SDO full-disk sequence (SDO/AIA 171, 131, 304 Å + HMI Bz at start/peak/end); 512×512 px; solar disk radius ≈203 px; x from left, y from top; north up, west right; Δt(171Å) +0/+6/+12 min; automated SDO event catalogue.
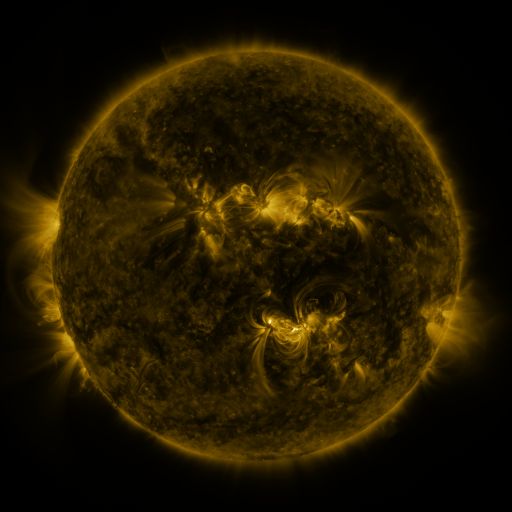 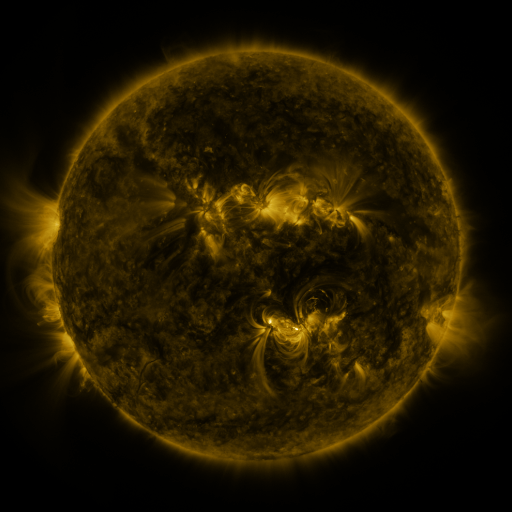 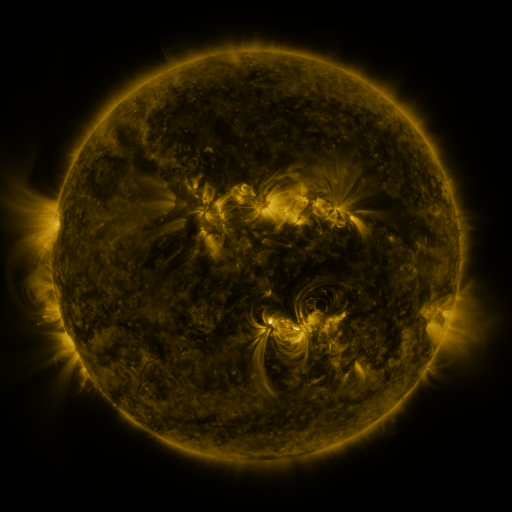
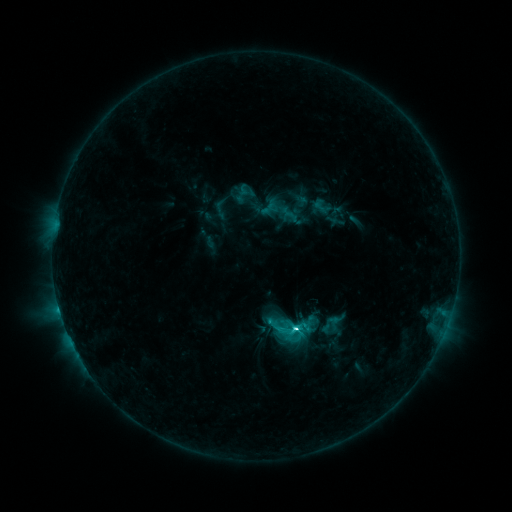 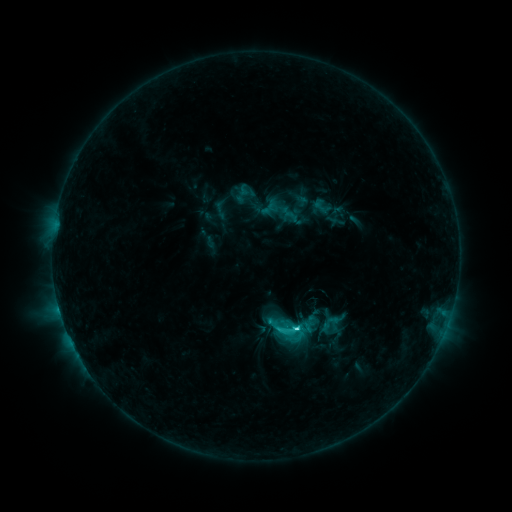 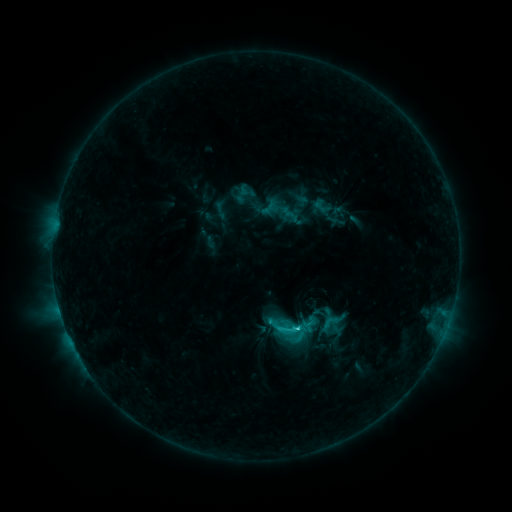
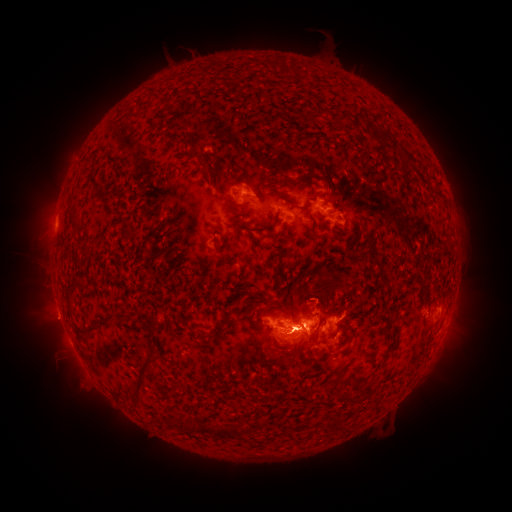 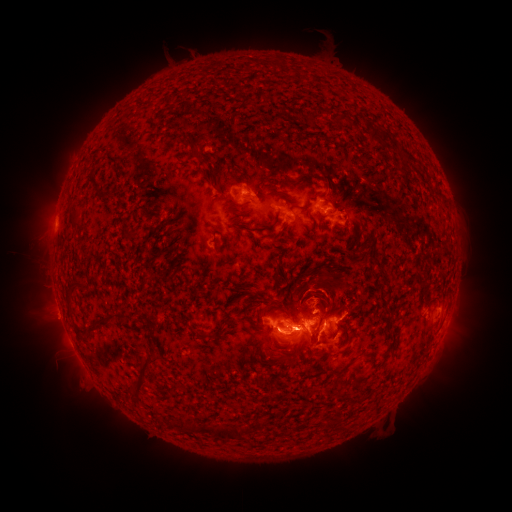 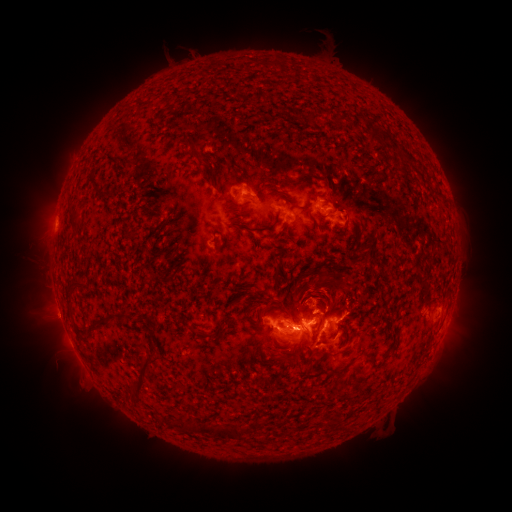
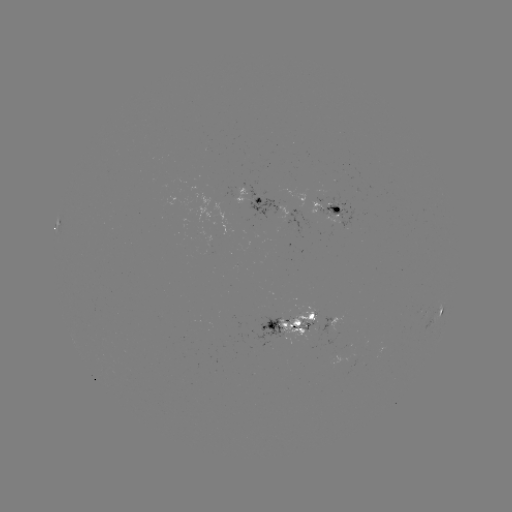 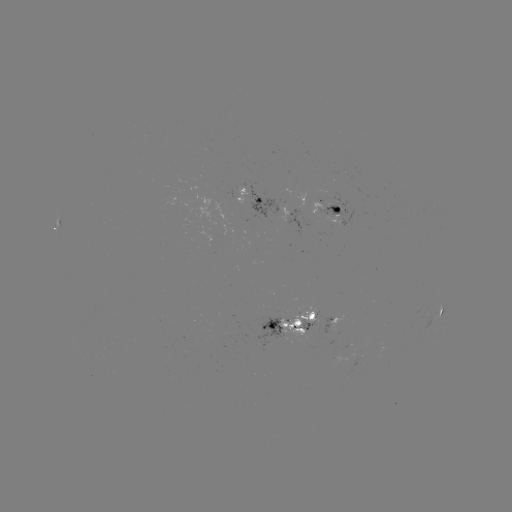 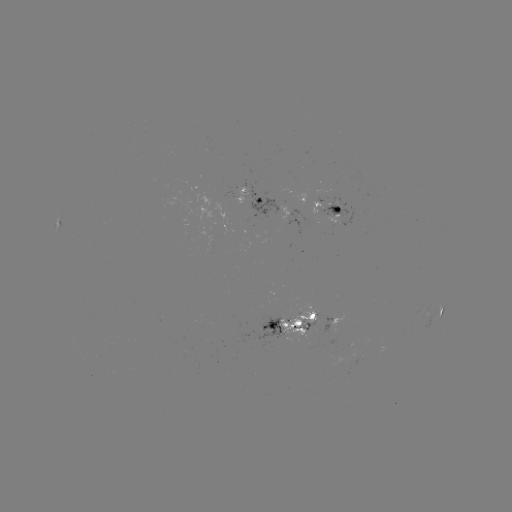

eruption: (282, 263, 346, 341)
